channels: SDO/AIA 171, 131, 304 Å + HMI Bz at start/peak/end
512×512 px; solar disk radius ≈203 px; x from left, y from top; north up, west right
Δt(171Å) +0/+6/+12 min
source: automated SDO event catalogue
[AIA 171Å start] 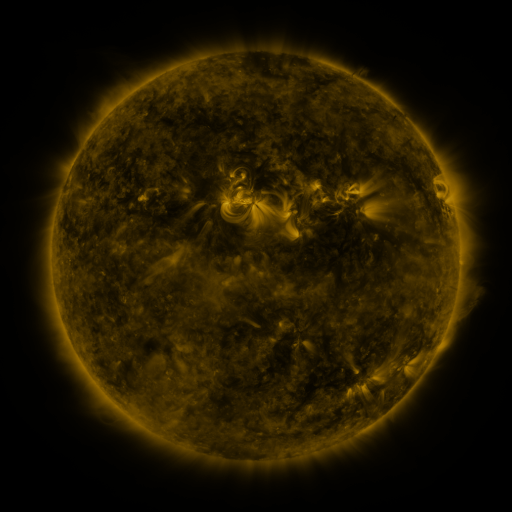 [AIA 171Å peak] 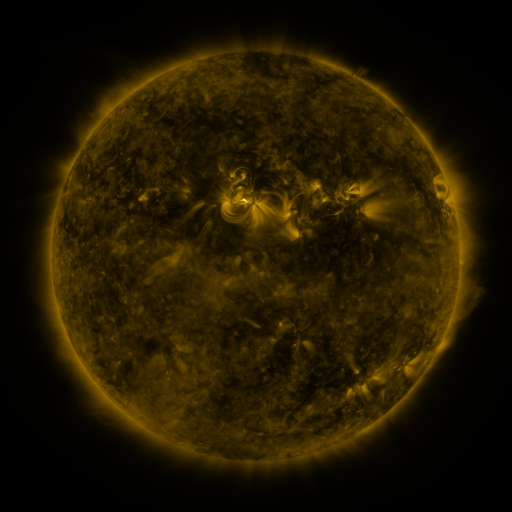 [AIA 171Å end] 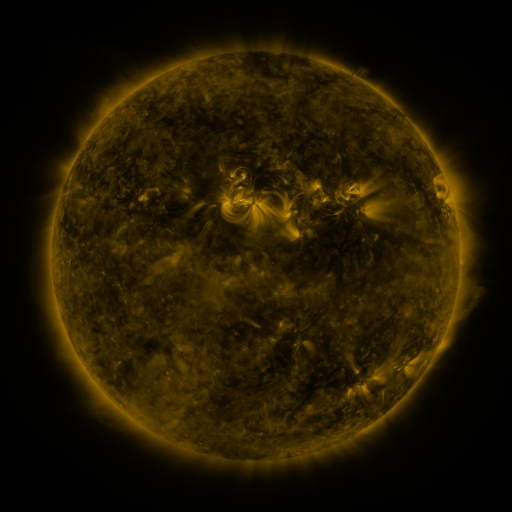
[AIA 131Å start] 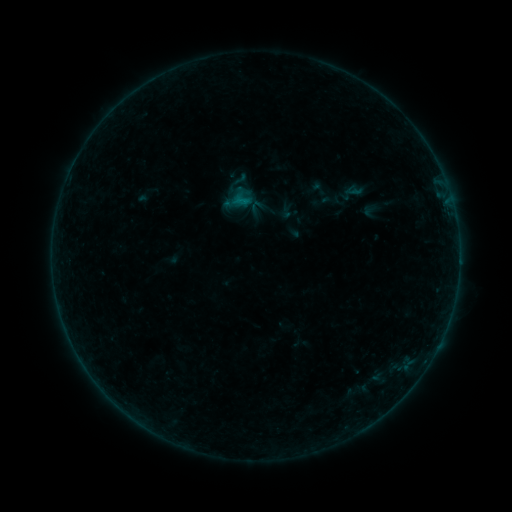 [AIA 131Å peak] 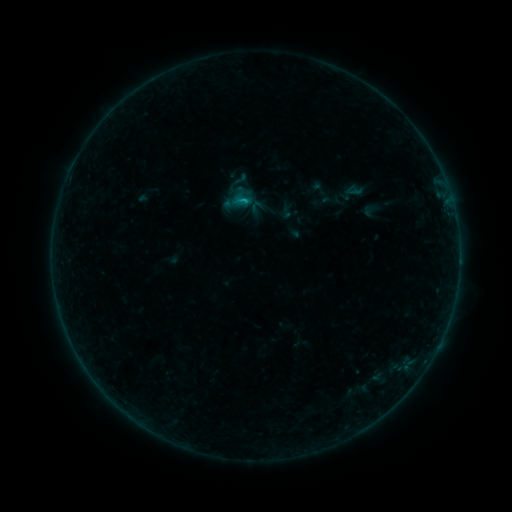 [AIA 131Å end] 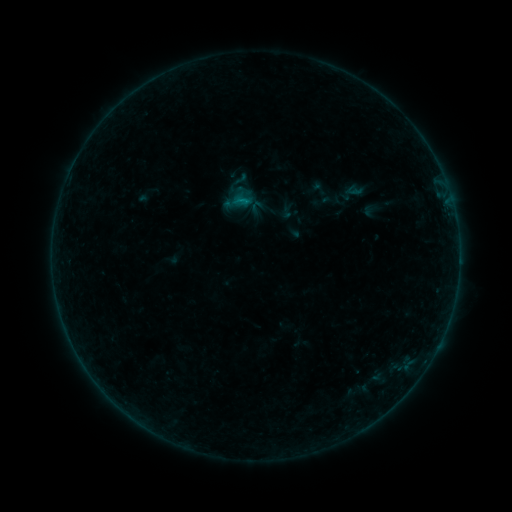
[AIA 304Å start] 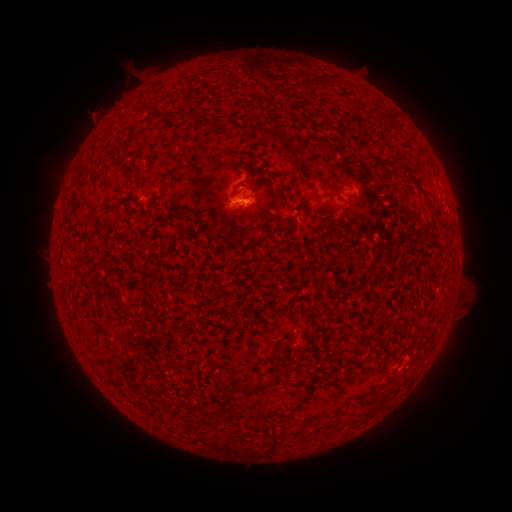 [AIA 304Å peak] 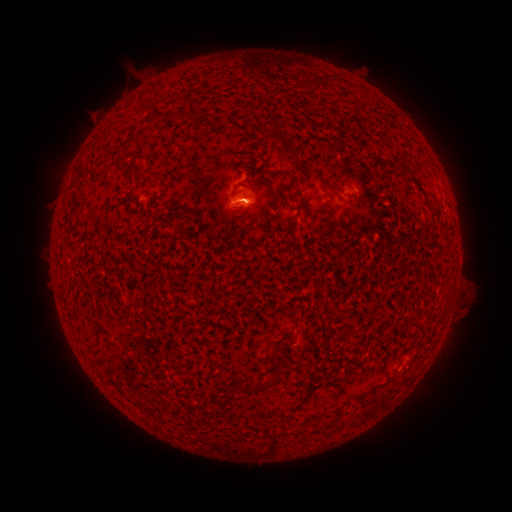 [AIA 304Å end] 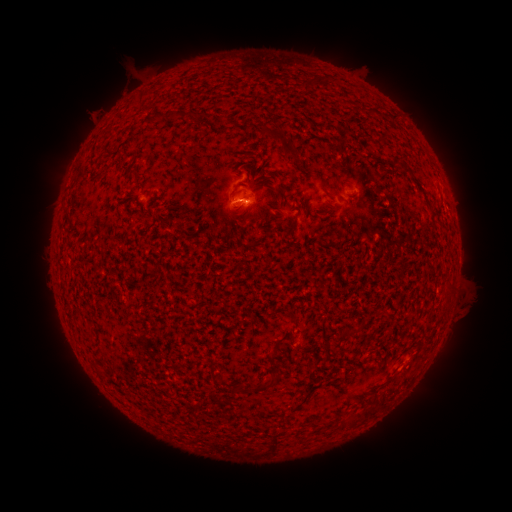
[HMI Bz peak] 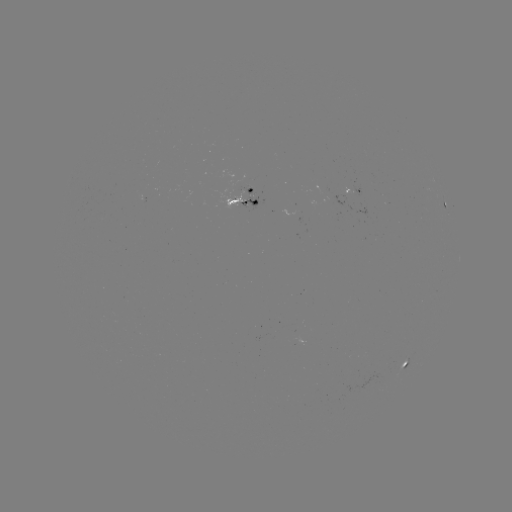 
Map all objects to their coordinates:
B3.0 flare: (239, 203)
